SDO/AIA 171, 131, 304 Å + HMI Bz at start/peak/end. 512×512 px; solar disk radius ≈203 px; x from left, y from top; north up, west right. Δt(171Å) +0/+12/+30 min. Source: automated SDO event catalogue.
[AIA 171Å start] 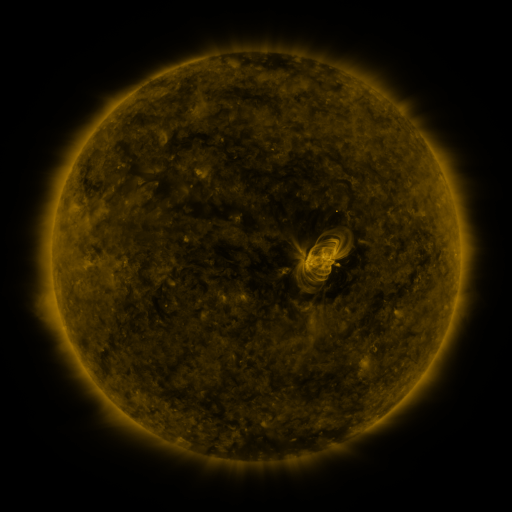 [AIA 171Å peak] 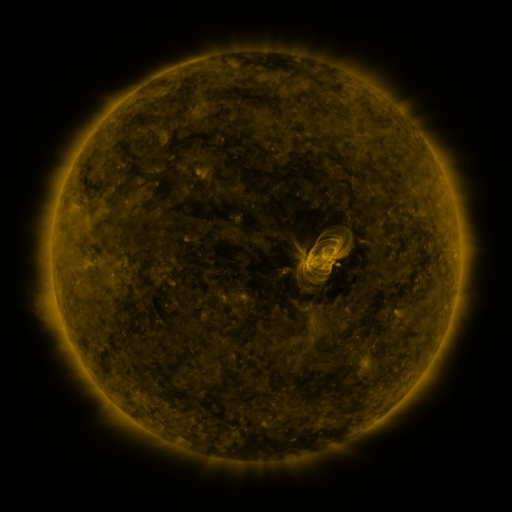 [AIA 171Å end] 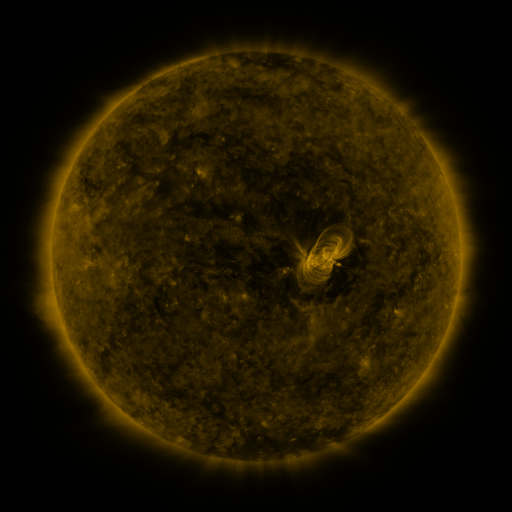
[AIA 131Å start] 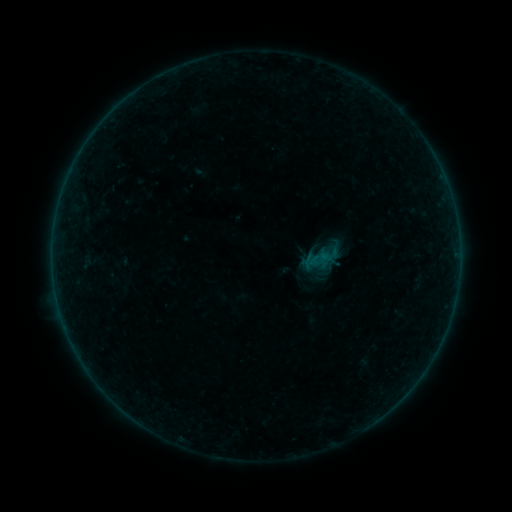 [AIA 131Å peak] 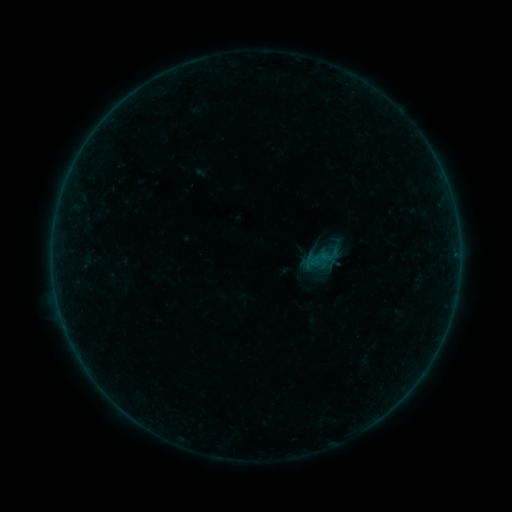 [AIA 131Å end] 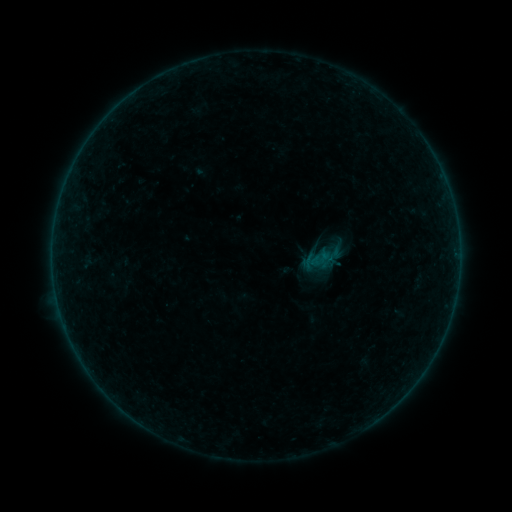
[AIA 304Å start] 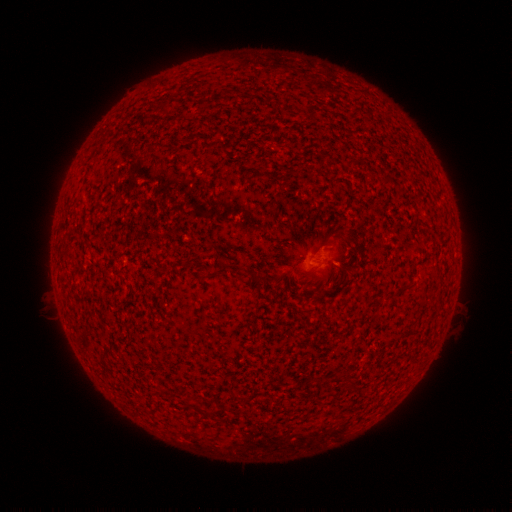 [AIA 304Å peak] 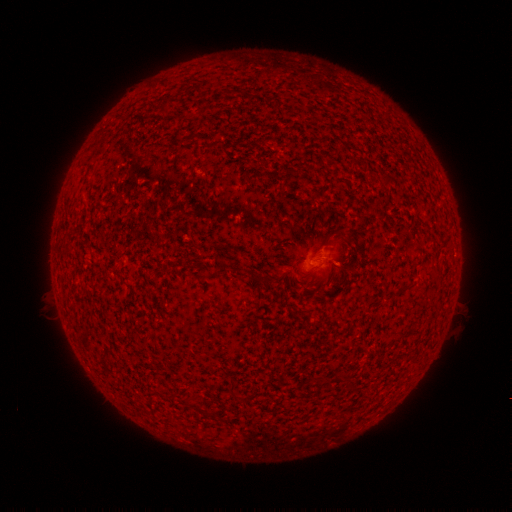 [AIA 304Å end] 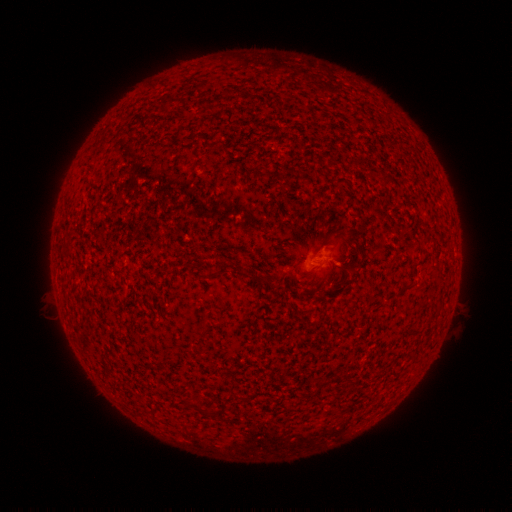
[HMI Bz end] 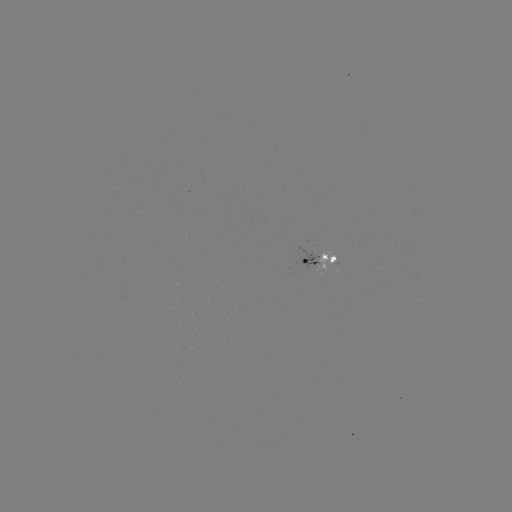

nothing was catalogued: no classed flare, no EUV trigger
